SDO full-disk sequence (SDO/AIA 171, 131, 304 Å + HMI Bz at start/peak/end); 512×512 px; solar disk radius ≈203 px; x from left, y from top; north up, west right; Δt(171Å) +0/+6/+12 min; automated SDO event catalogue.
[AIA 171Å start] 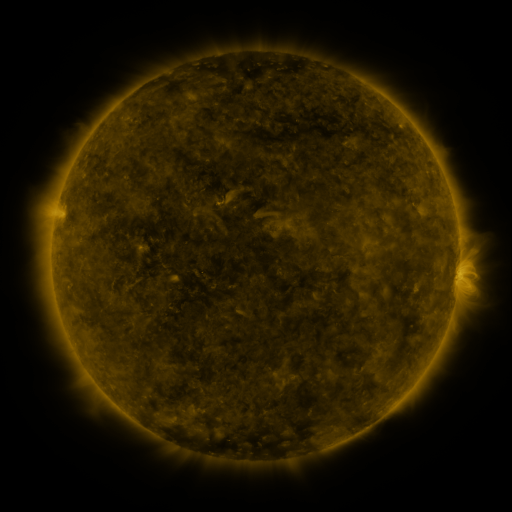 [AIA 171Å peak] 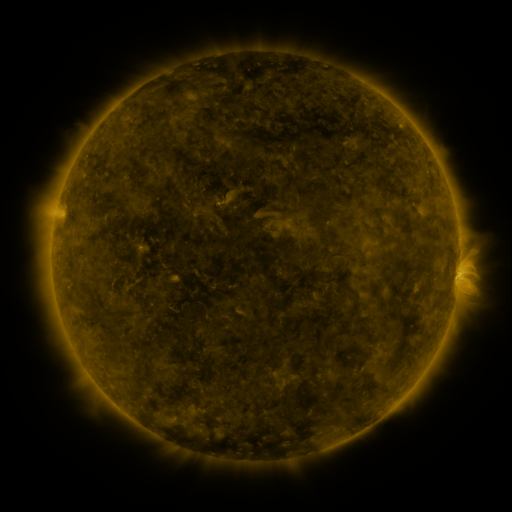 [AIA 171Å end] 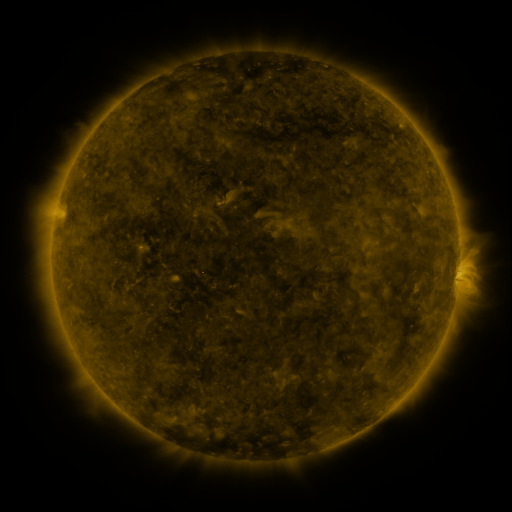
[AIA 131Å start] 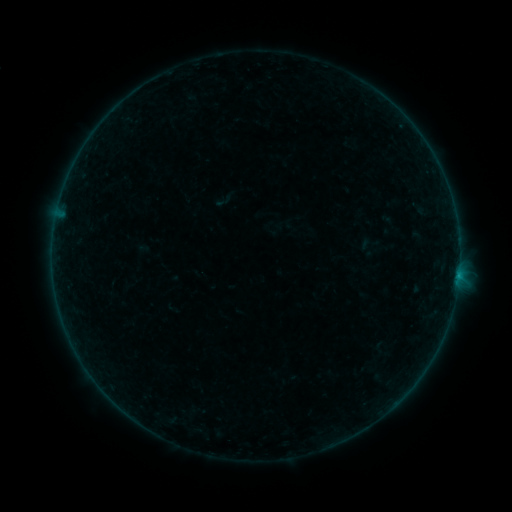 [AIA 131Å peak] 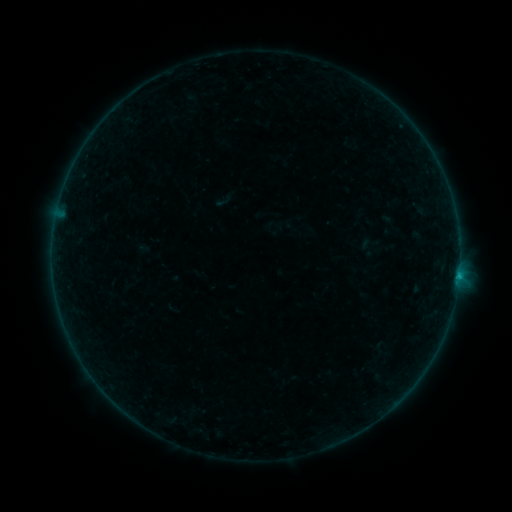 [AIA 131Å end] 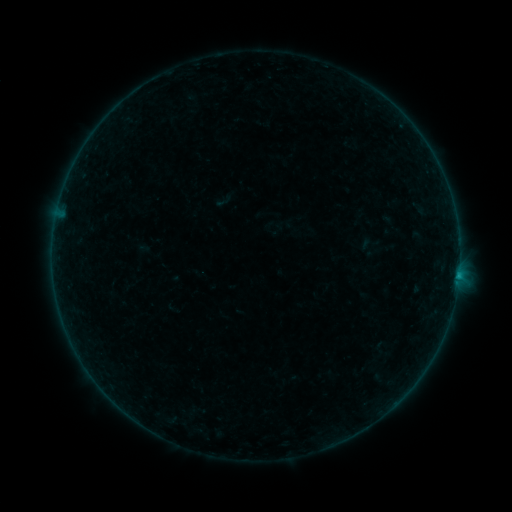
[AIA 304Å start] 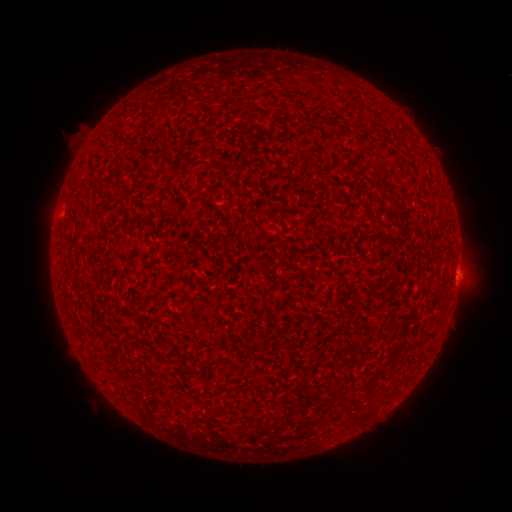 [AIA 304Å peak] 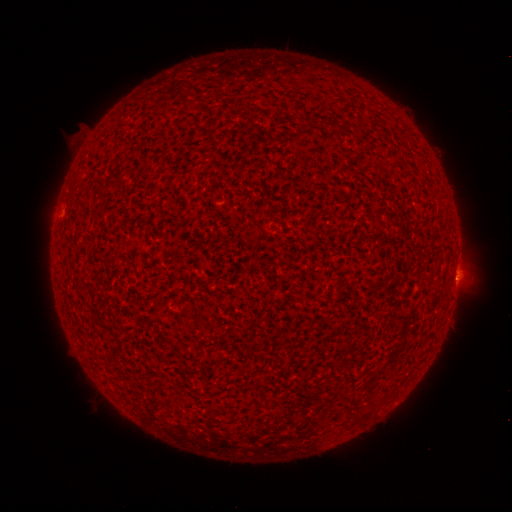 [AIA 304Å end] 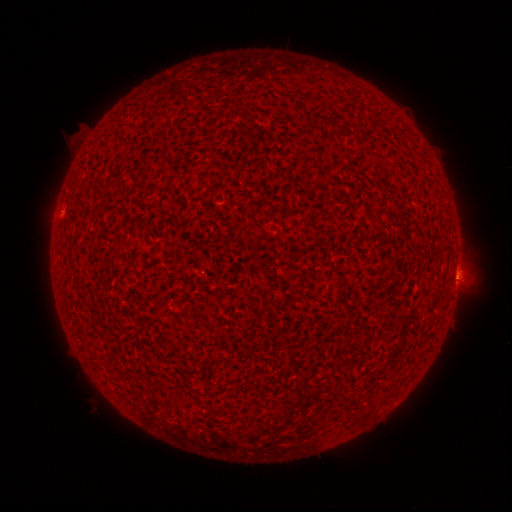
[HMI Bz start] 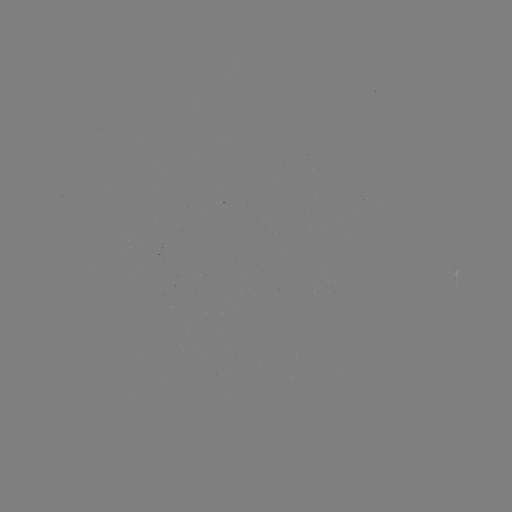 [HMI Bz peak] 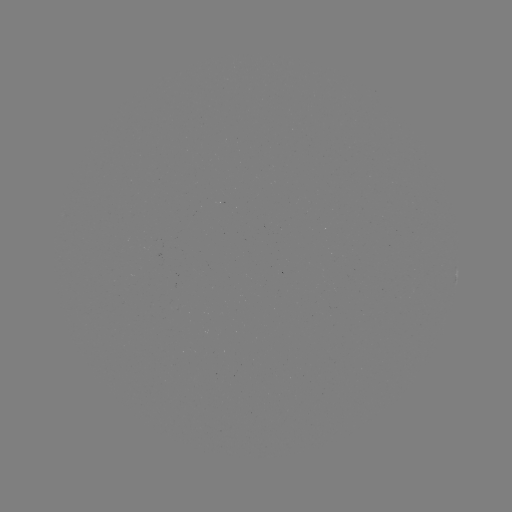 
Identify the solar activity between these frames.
B2.4 flare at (458, 273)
